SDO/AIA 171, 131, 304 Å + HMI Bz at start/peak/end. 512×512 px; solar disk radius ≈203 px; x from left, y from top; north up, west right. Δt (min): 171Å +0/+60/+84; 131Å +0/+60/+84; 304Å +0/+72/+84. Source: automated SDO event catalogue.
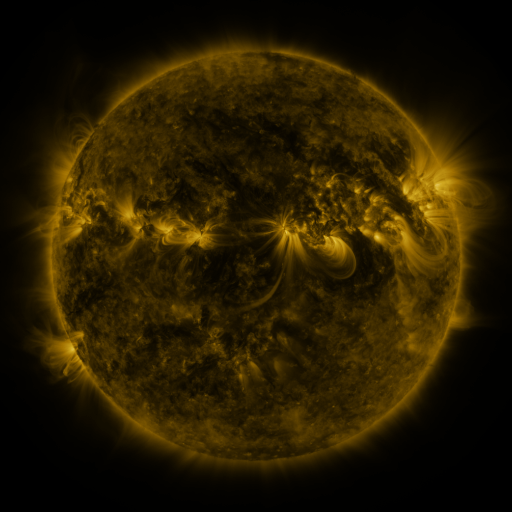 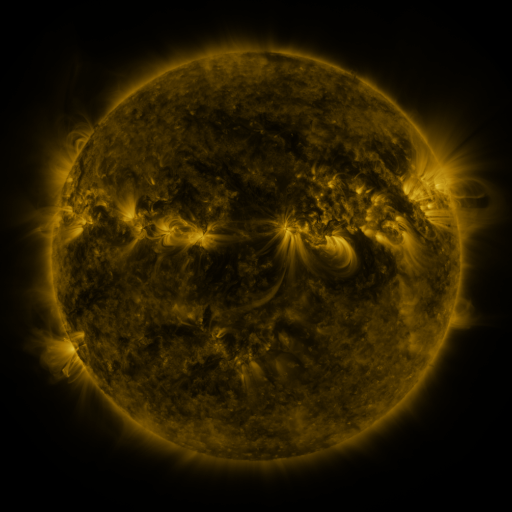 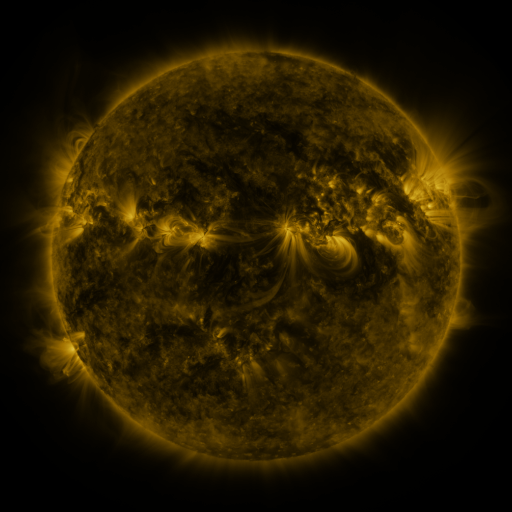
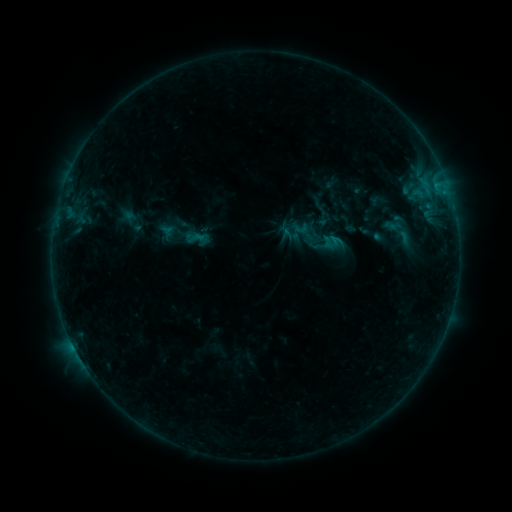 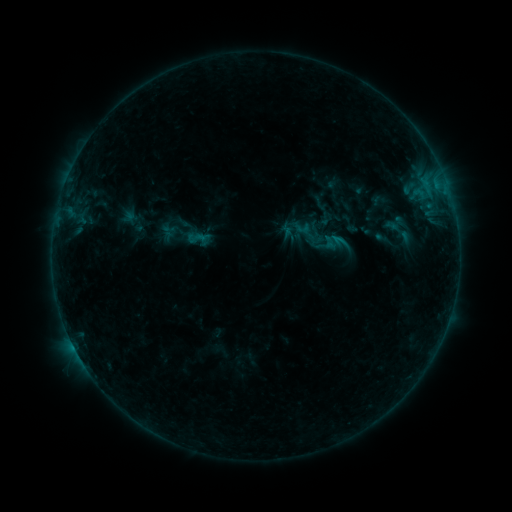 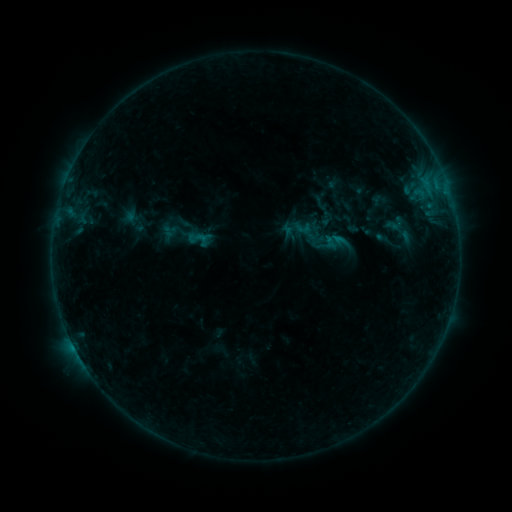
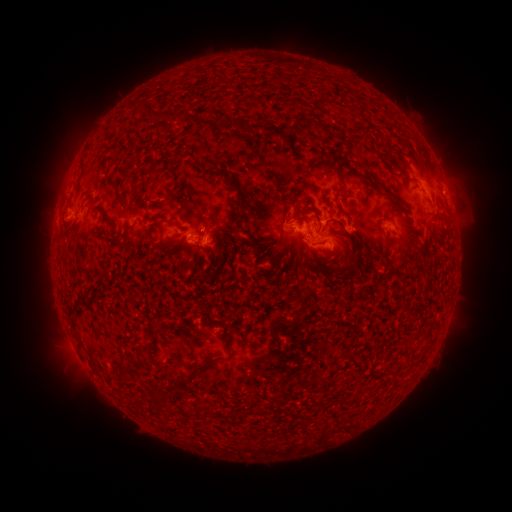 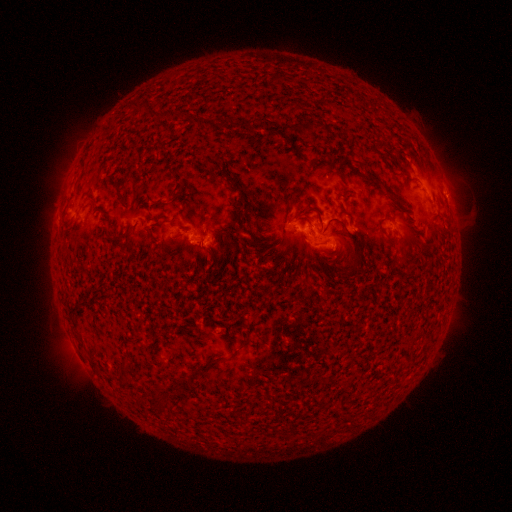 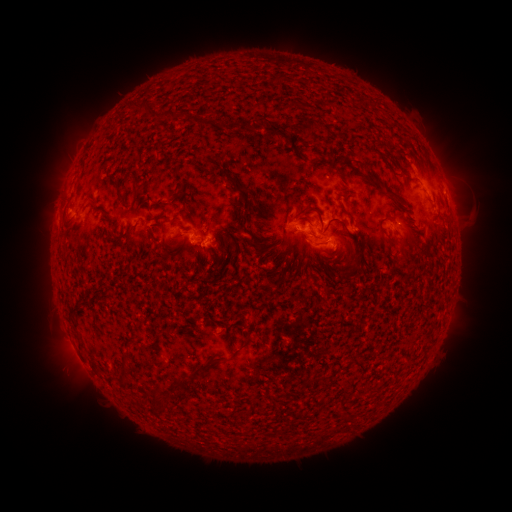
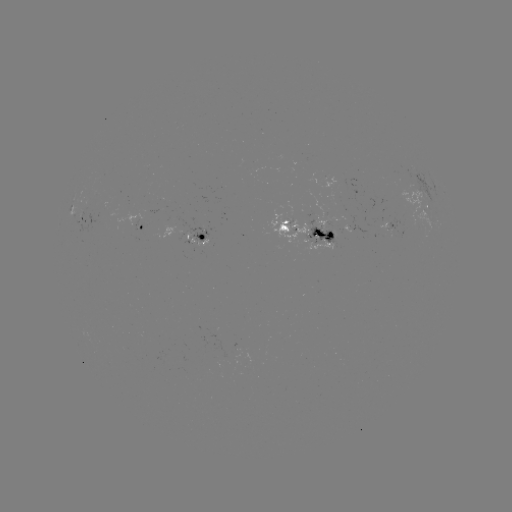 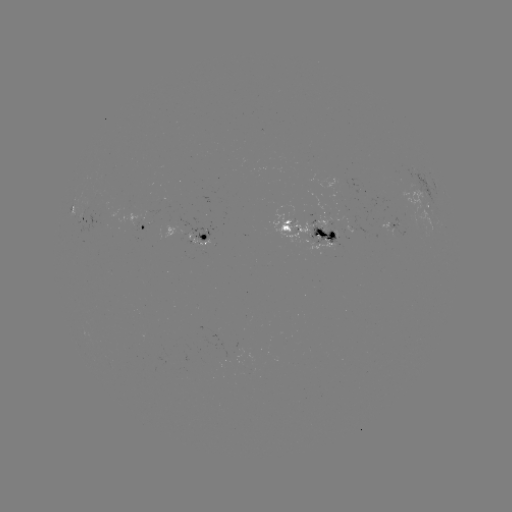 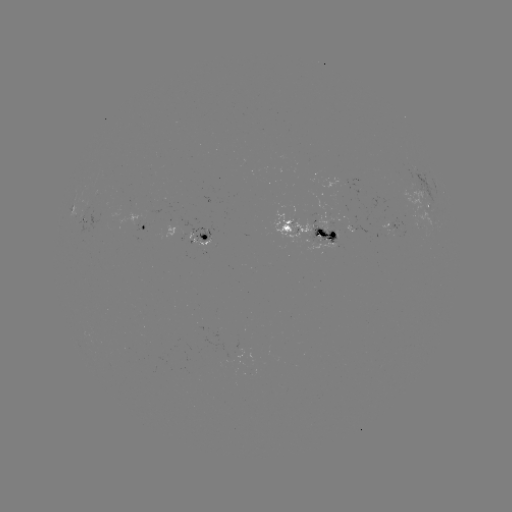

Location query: emerging-flux region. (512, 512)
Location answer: [396, 228].